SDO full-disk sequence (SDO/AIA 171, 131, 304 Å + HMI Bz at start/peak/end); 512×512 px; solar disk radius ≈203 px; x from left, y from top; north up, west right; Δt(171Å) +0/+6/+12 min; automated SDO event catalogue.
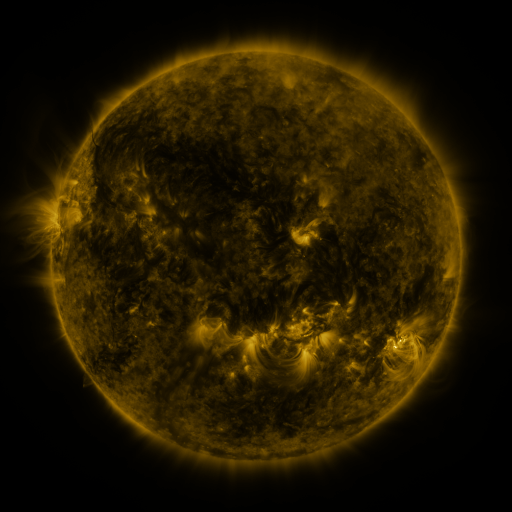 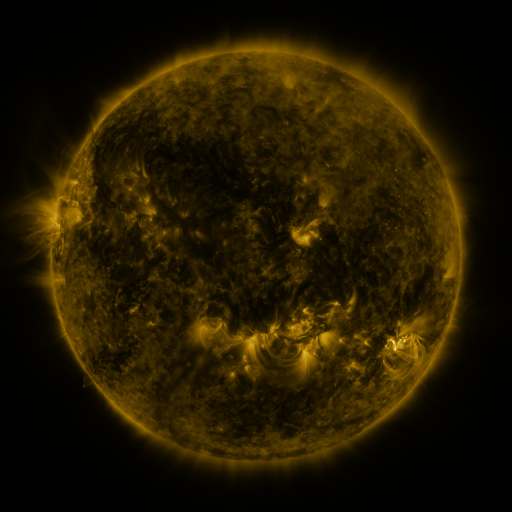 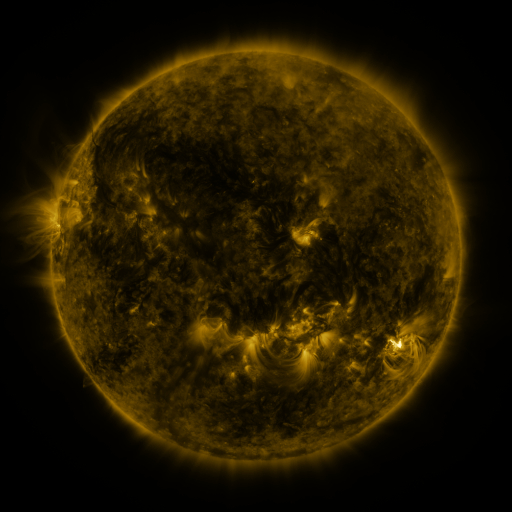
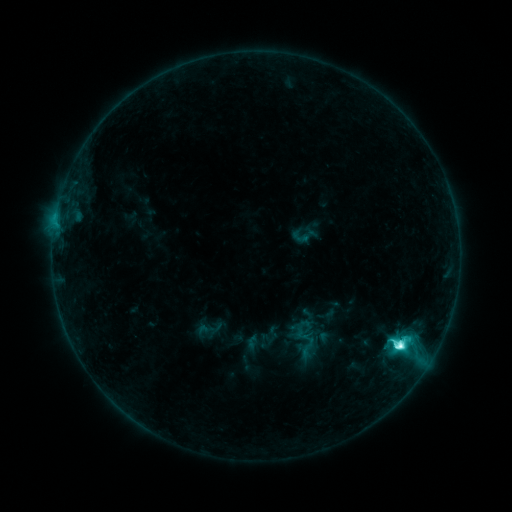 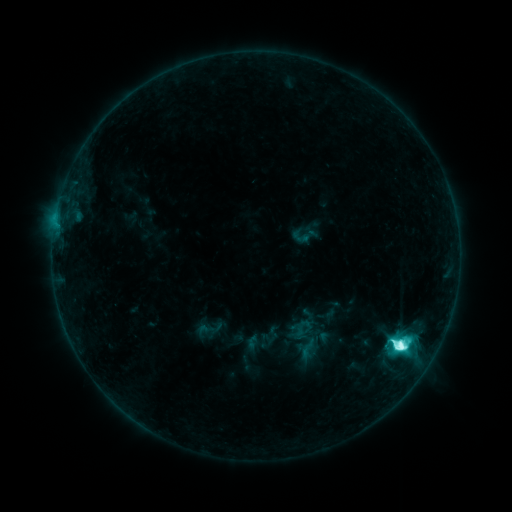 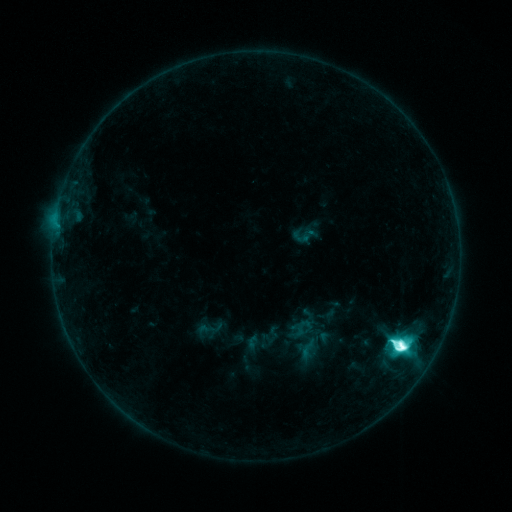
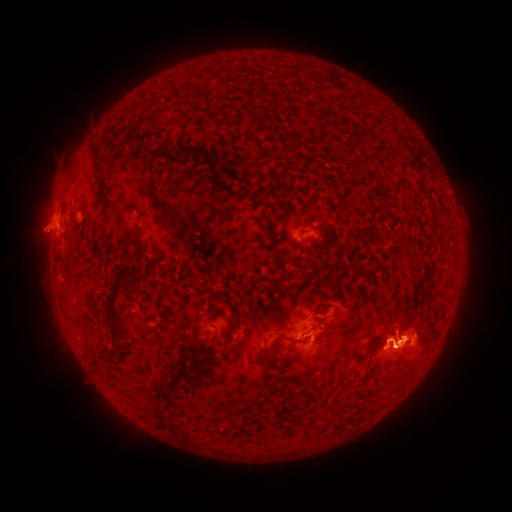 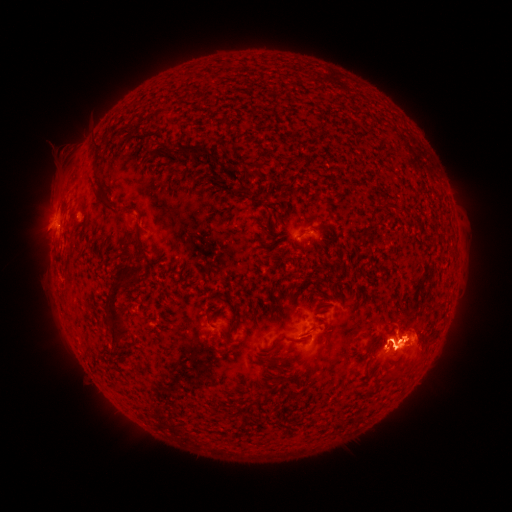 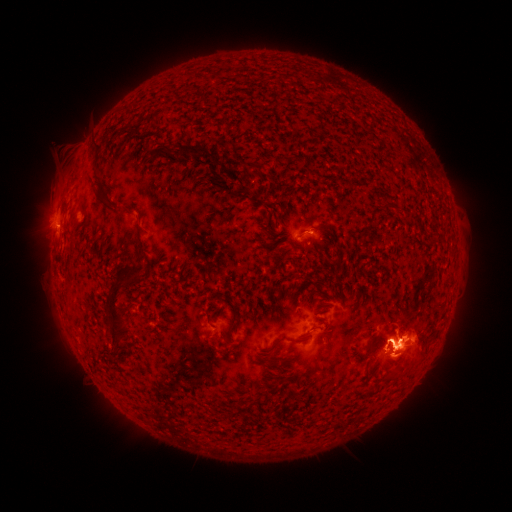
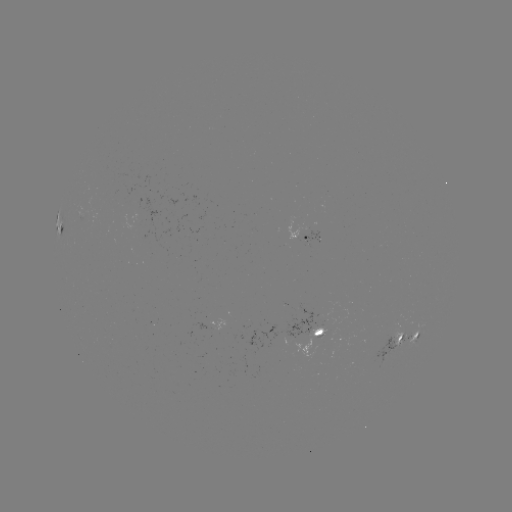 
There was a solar eruption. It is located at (392, 361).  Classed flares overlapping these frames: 1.